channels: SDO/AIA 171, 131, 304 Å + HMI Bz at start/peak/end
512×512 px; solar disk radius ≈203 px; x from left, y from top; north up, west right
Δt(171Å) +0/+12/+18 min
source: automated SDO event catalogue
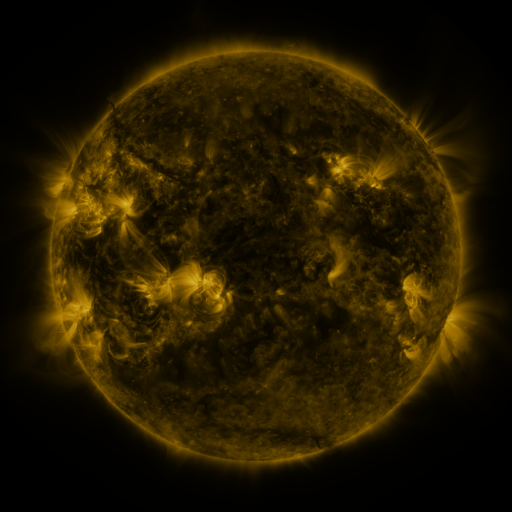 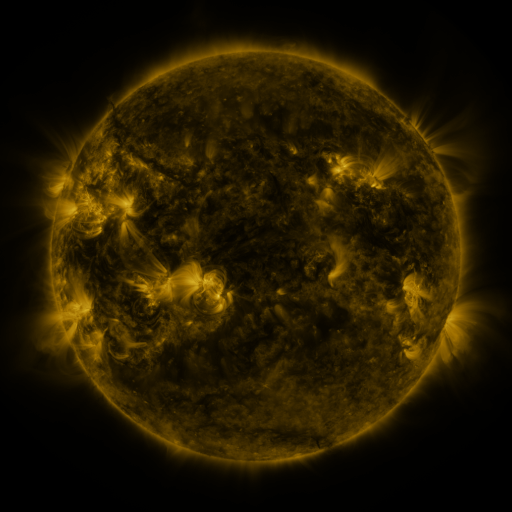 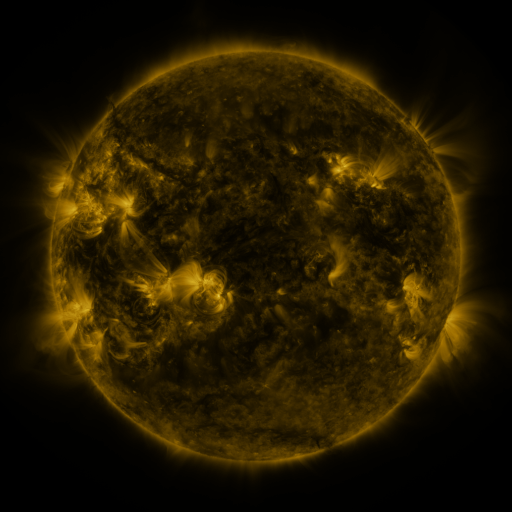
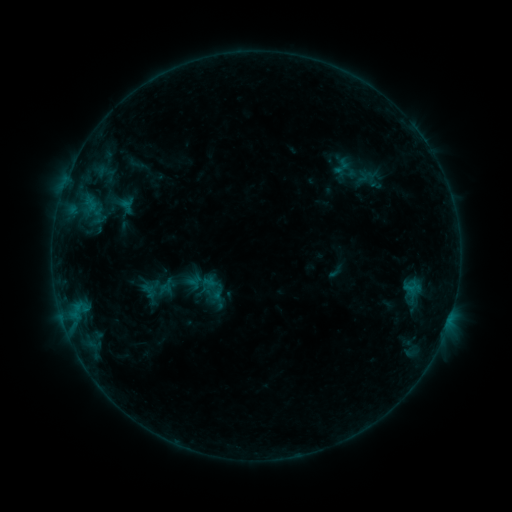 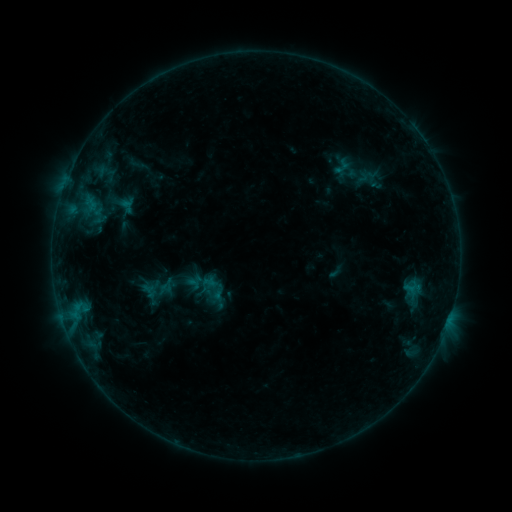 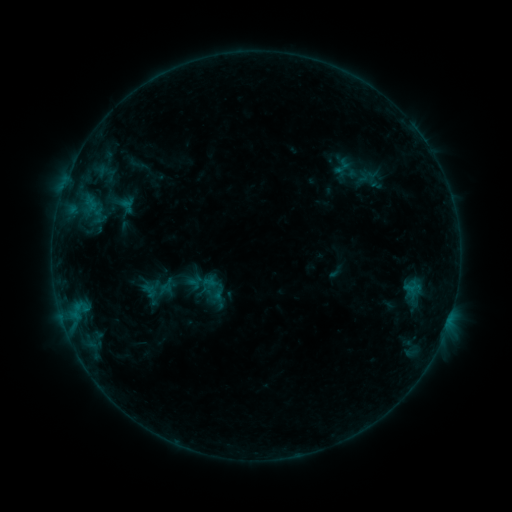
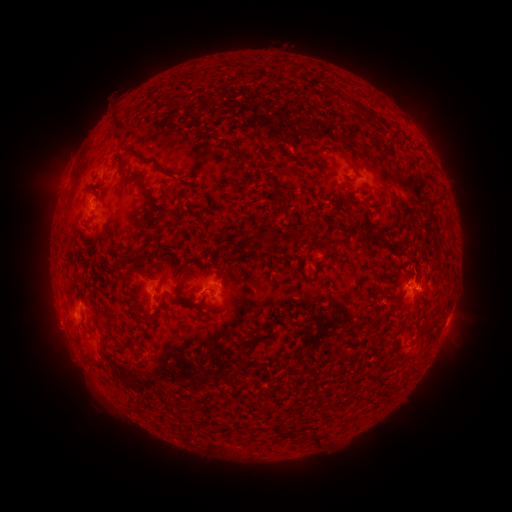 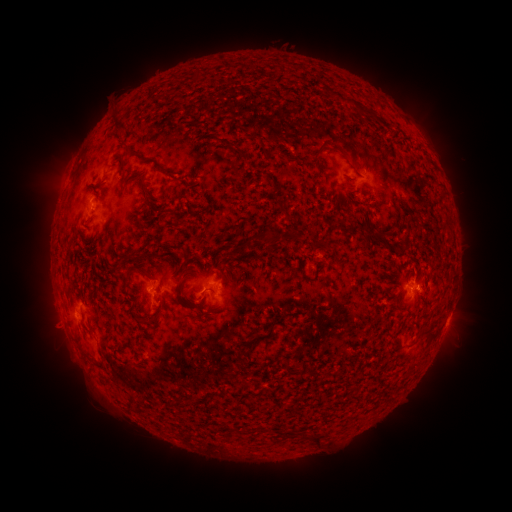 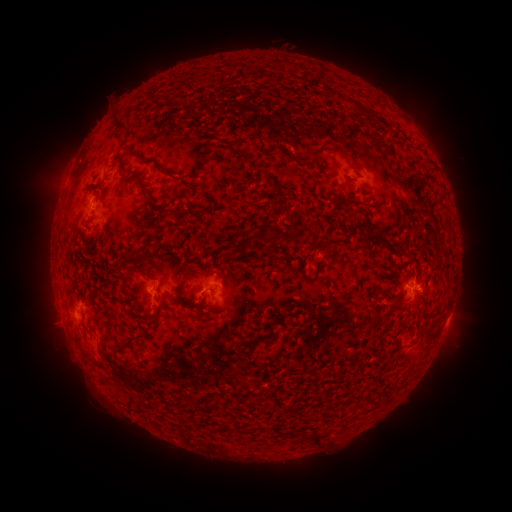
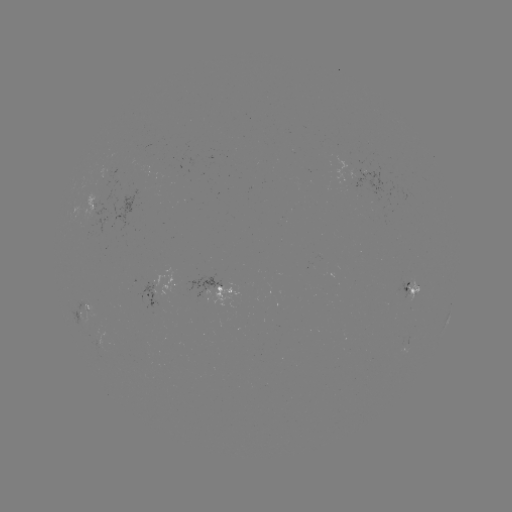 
no flare in any classed list; no EUV-trigger detection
